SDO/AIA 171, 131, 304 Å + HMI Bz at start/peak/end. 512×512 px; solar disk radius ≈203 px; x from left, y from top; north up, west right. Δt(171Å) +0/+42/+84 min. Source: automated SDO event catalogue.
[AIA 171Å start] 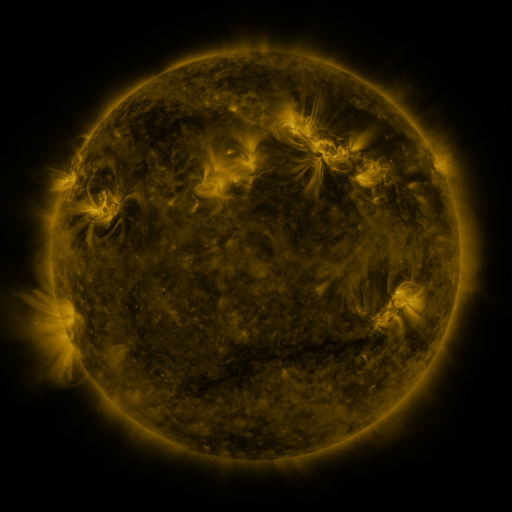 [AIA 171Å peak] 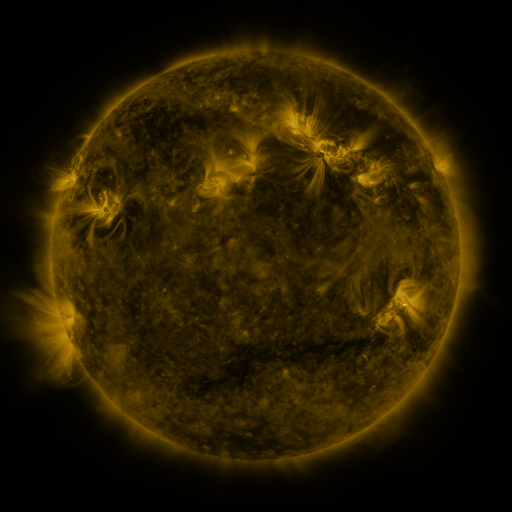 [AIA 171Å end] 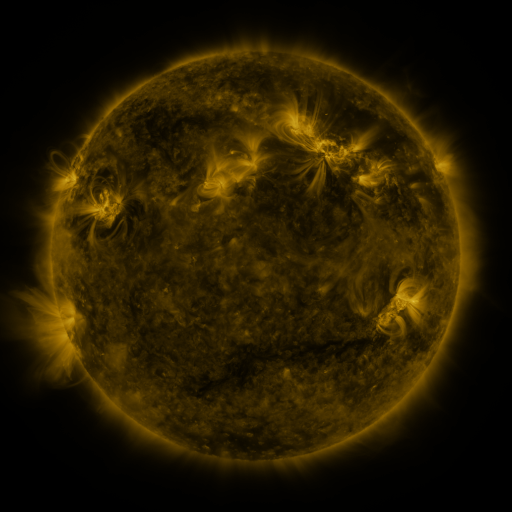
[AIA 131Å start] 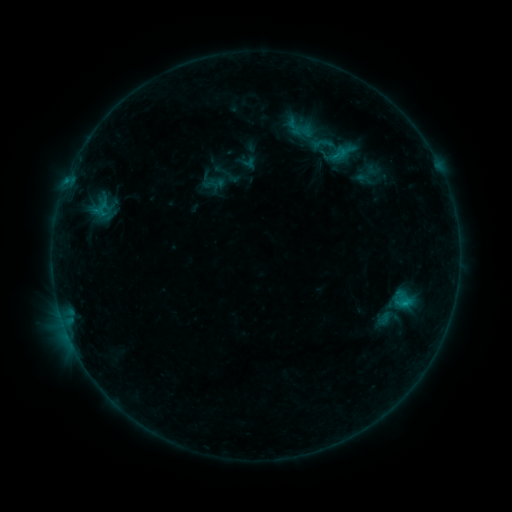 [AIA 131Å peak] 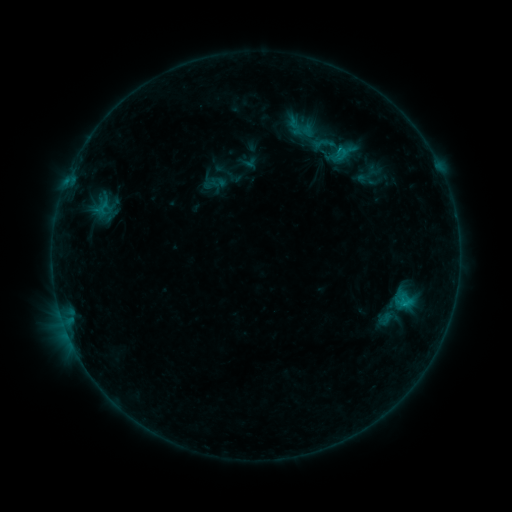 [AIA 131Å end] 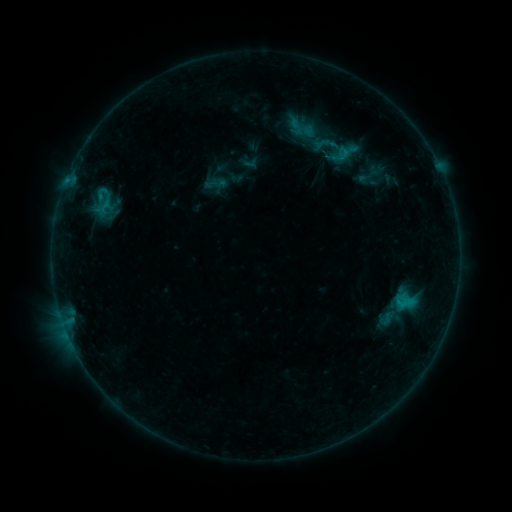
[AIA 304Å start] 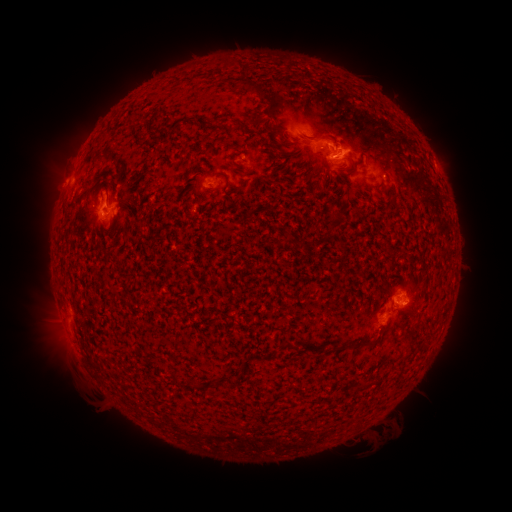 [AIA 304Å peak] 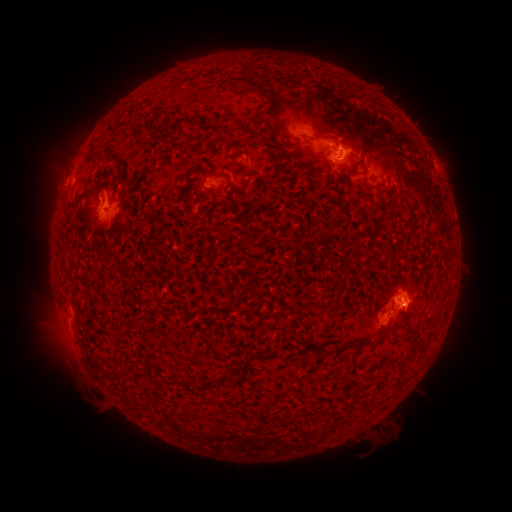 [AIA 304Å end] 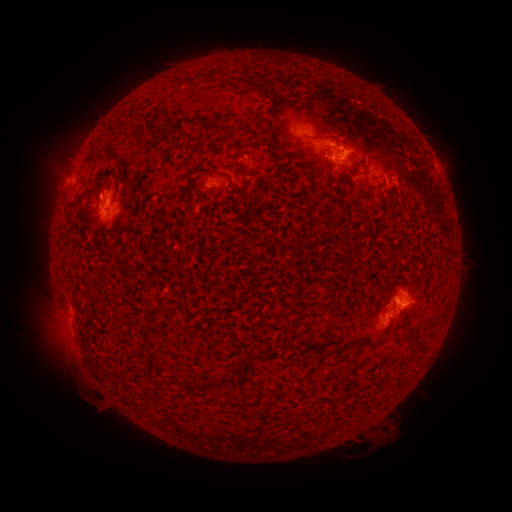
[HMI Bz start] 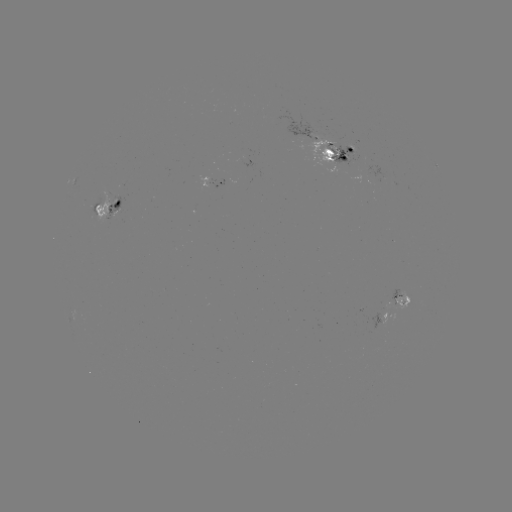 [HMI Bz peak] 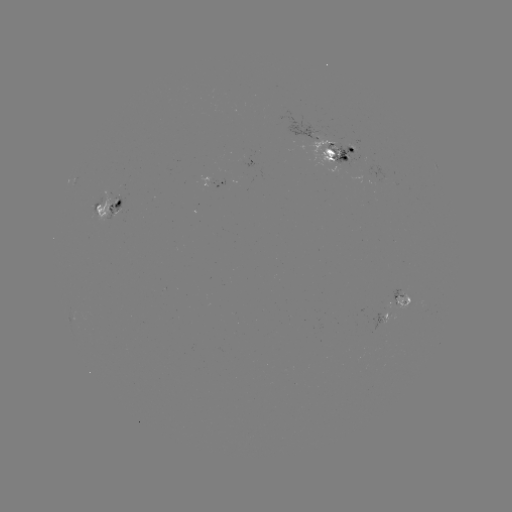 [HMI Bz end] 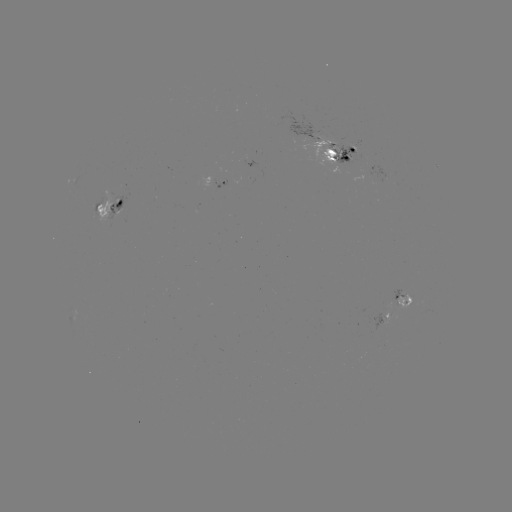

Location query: emerging-flux region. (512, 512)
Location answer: (329, 147).